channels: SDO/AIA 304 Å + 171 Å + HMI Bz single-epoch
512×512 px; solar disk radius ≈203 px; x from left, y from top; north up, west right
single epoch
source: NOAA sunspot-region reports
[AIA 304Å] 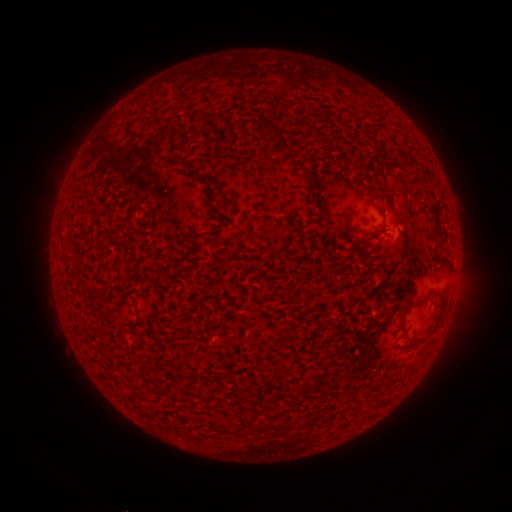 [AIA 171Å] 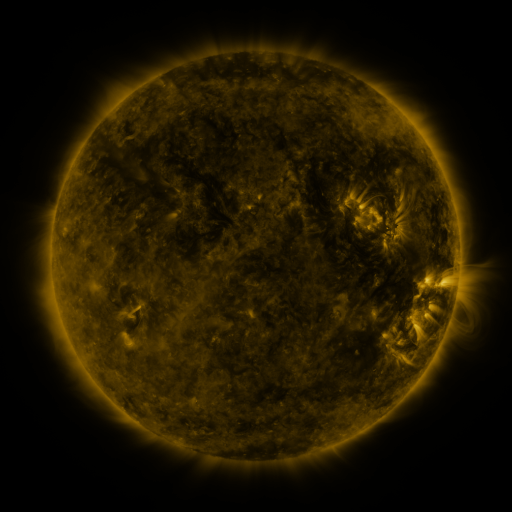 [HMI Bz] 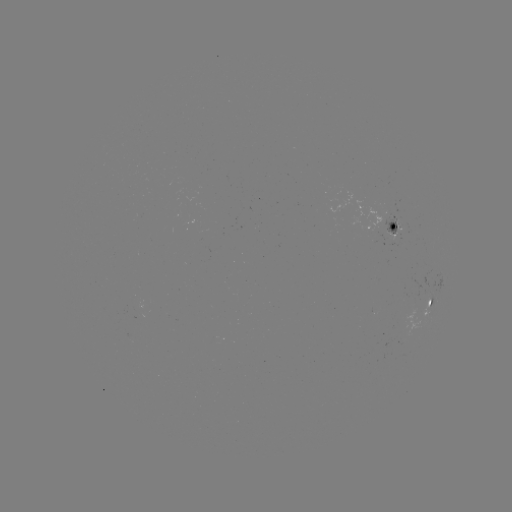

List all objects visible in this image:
spotted active region: (396, 226)
spotted active region: (431, 302)
